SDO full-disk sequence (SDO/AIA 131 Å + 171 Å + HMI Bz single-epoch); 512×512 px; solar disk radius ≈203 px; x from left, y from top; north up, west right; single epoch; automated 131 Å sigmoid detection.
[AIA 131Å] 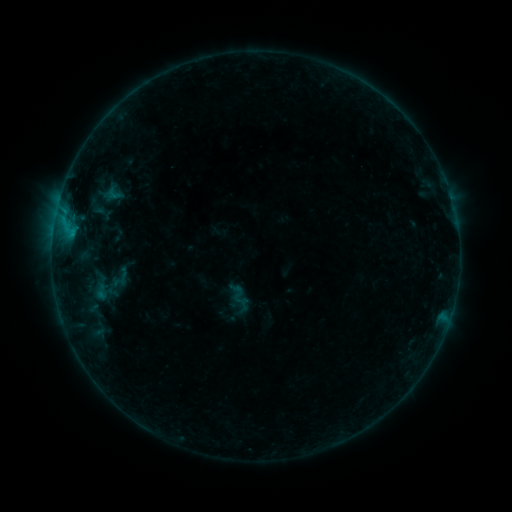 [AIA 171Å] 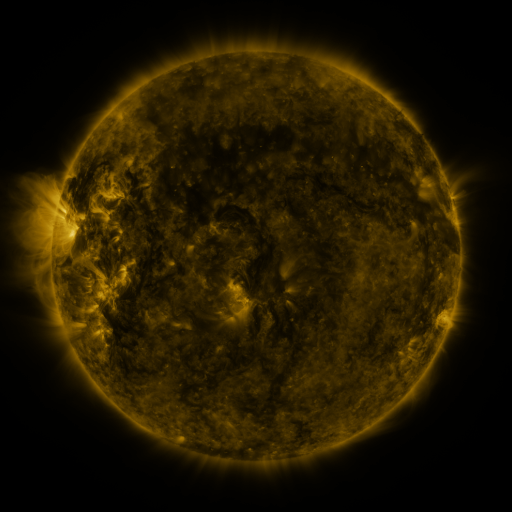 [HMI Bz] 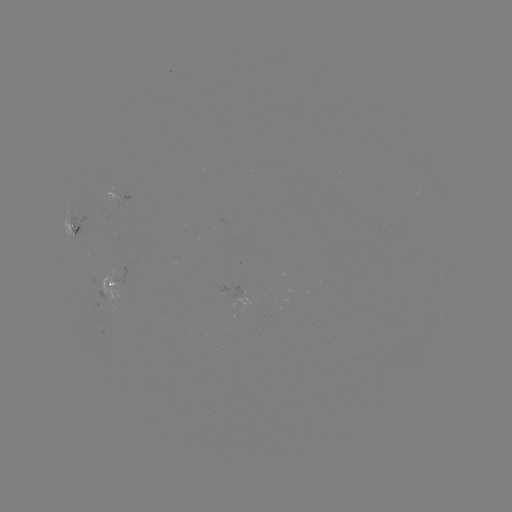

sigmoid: <bbox>229, 285, 250, 306</bbox>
